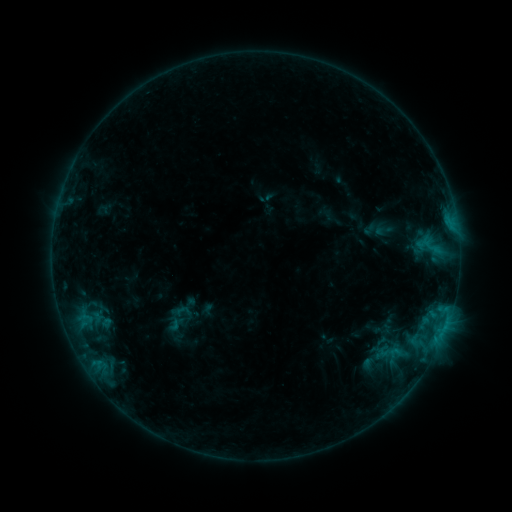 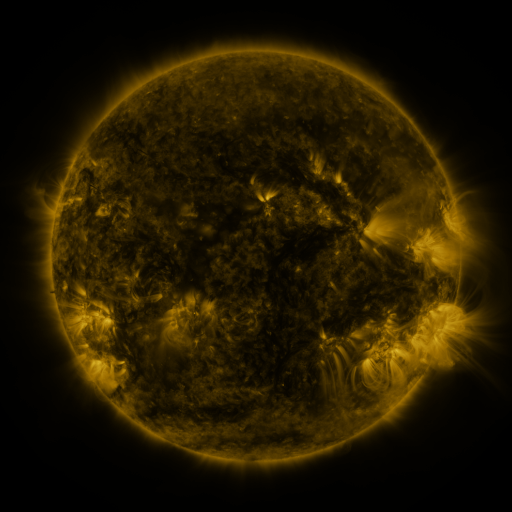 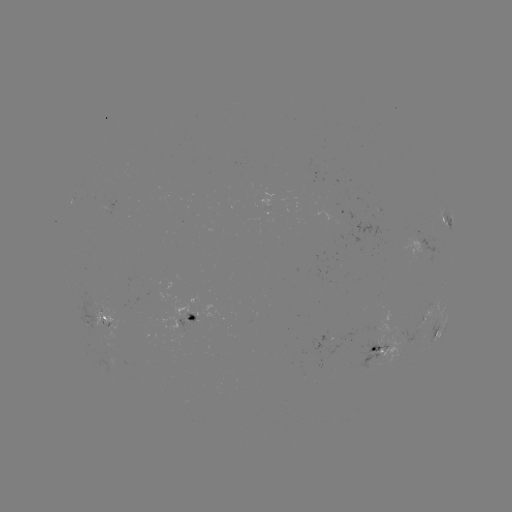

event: sigmoid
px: (383, 230)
